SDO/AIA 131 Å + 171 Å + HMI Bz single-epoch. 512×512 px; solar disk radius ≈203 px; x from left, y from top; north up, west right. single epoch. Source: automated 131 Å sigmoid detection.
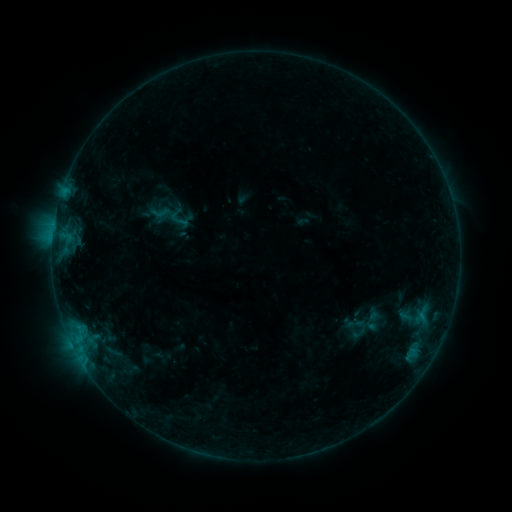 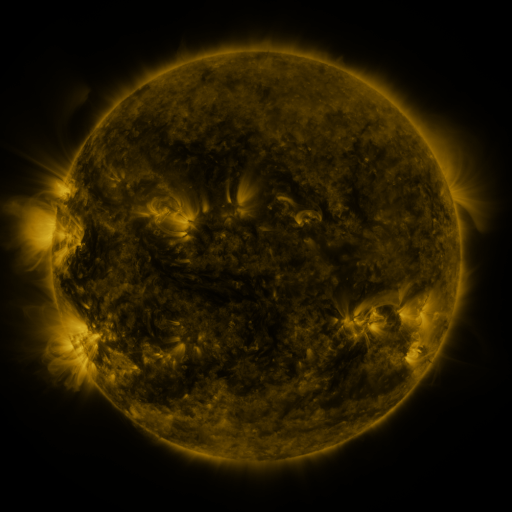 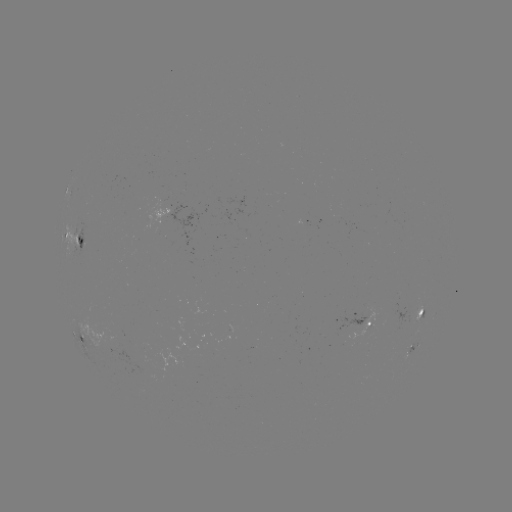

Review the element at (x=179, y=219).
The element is sigmoid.